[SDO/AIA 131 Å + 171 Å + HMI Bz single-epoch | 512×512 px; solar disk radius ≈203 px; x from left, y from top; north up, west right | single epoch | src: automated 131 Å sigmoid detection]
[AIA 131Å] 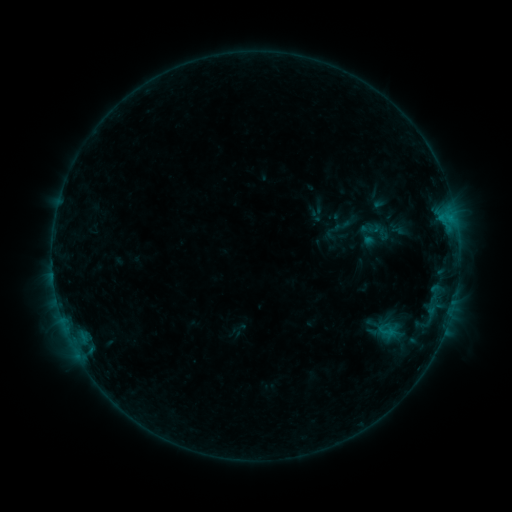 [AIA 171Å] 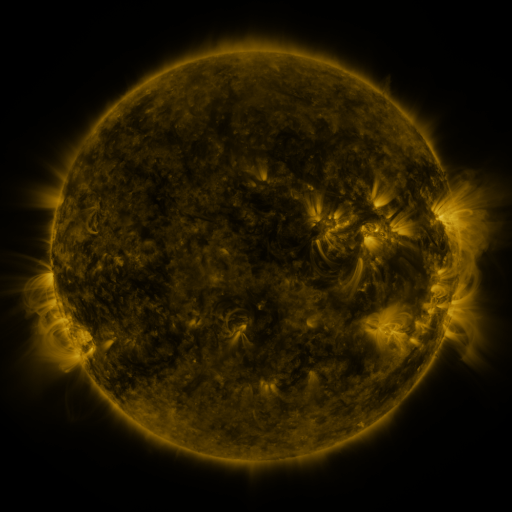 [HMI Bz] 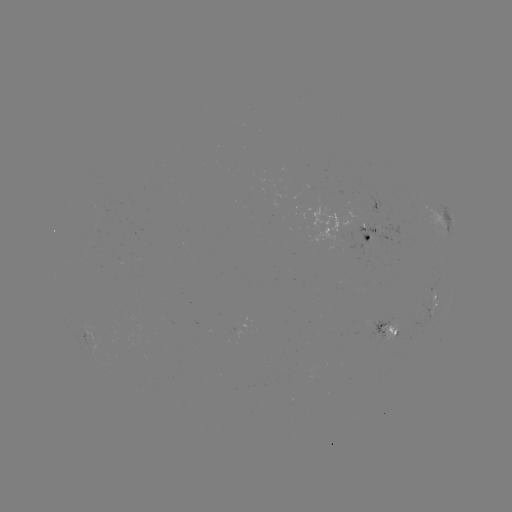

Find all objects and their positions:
sigmoid: [375, 319, 399, 343]
